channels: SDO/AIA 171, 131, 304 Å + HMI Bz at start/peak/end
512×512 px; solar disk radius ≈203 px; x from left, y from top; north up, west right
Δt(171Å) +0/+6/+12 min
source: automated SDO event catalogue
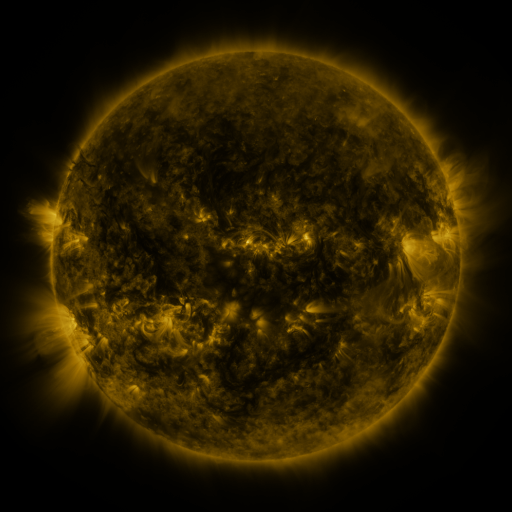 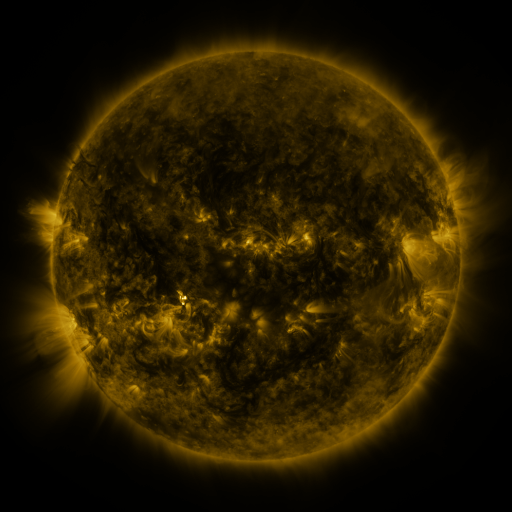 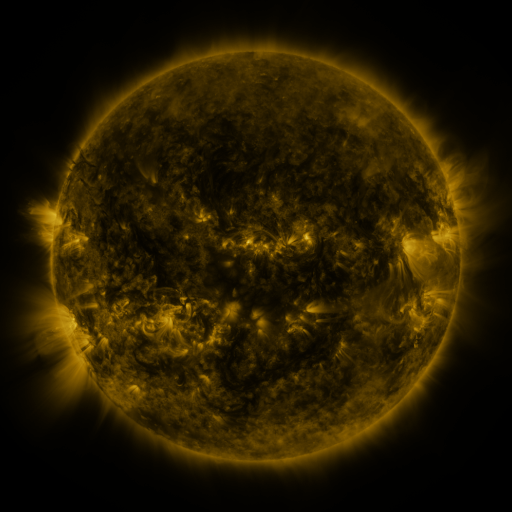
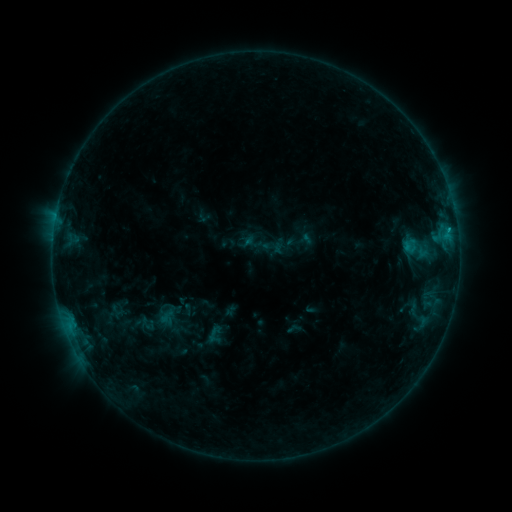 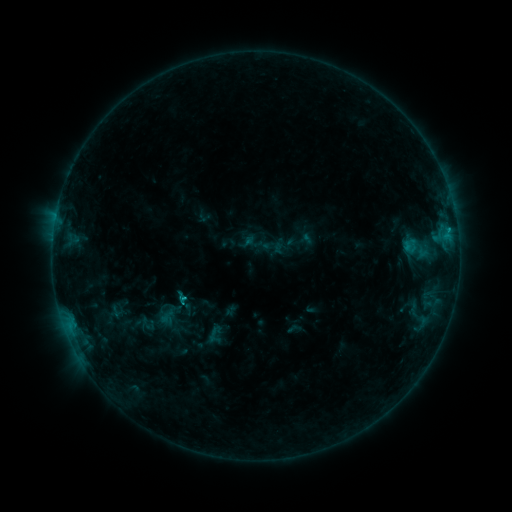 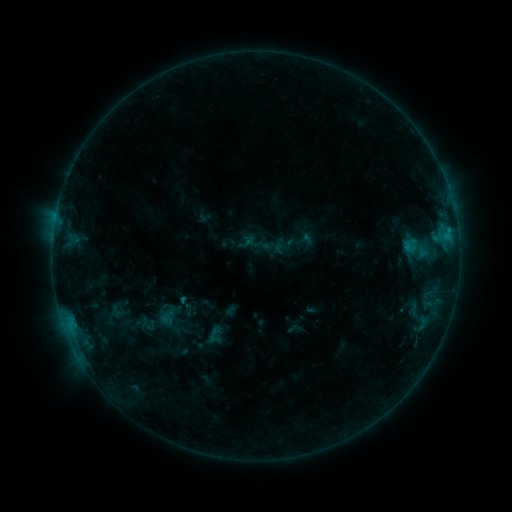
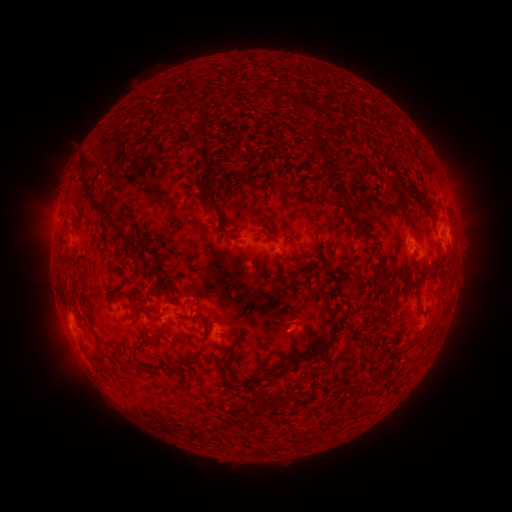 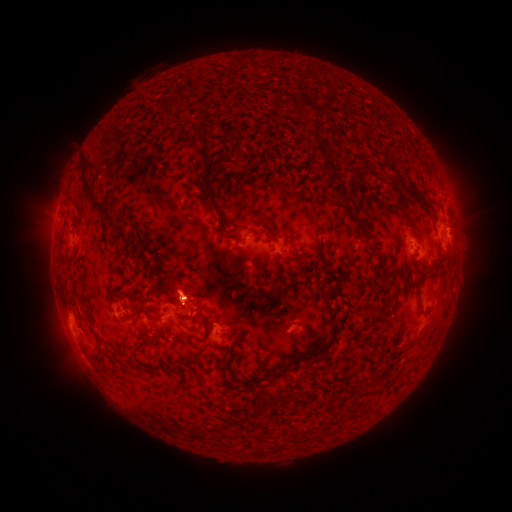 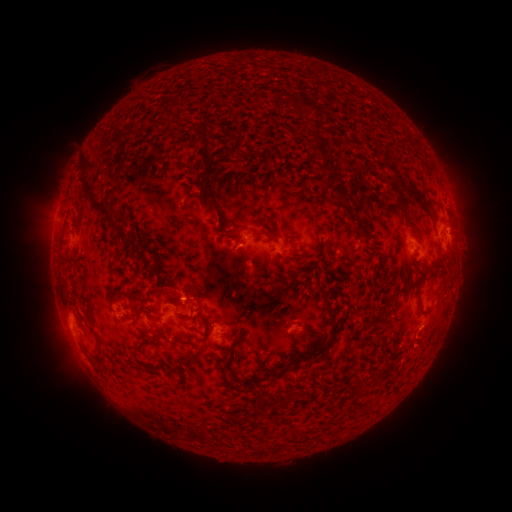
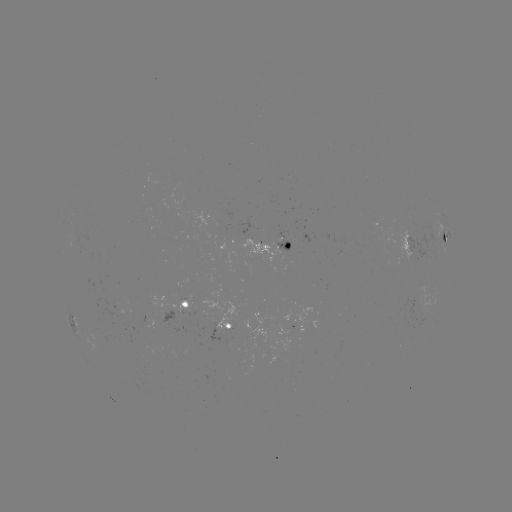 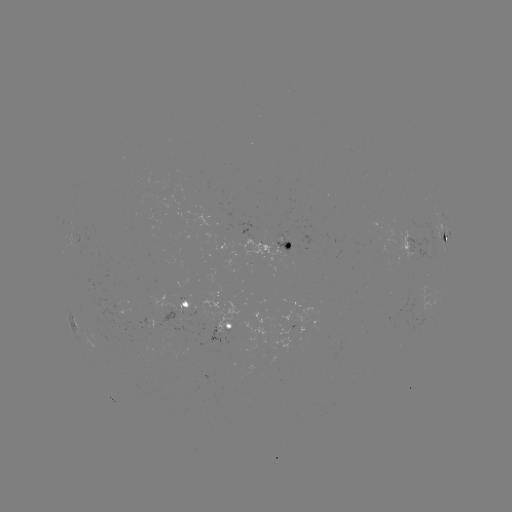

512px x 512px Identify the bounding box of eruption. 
[148, 259, 205, 313].